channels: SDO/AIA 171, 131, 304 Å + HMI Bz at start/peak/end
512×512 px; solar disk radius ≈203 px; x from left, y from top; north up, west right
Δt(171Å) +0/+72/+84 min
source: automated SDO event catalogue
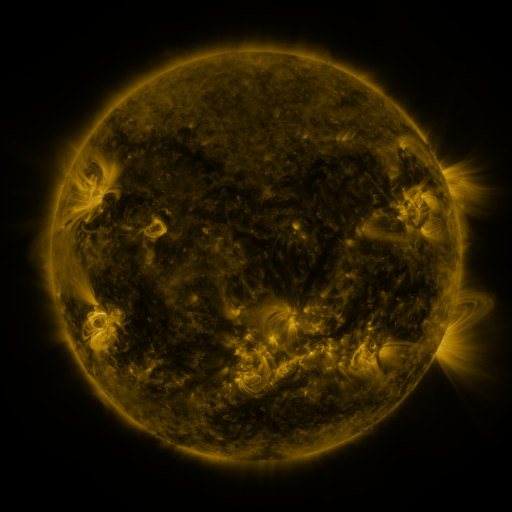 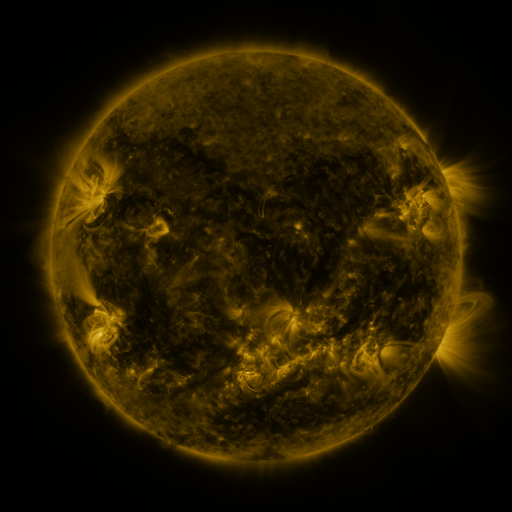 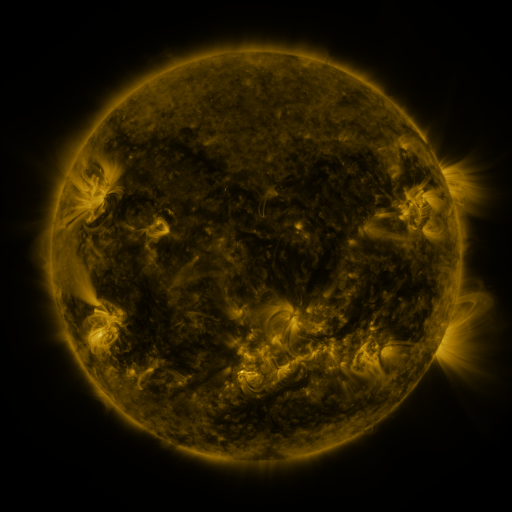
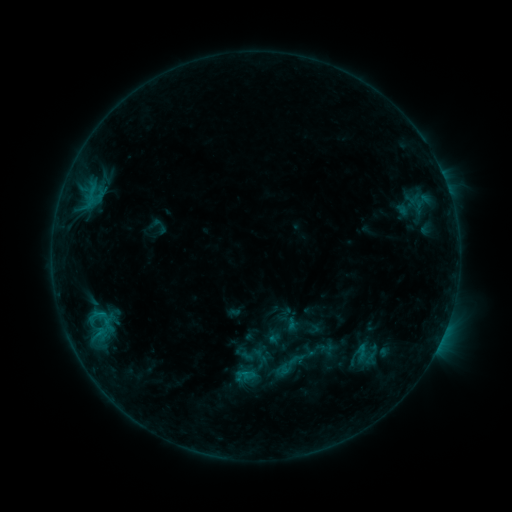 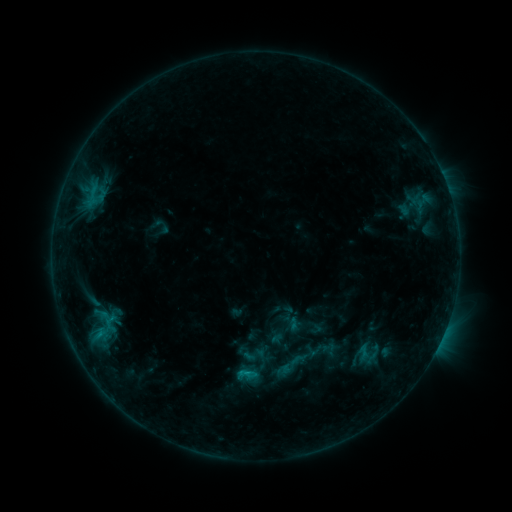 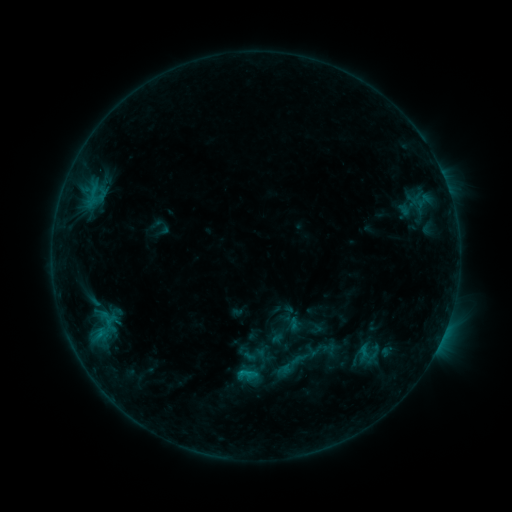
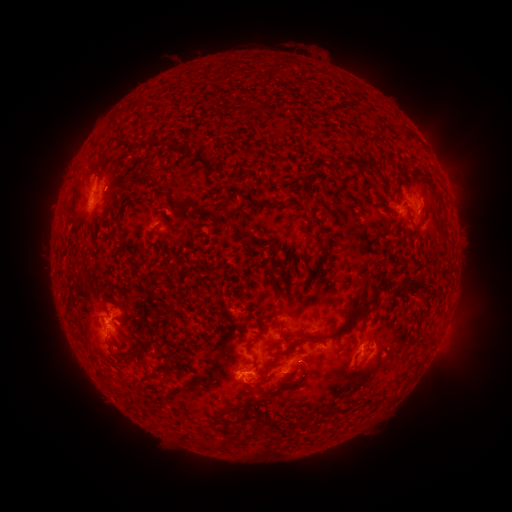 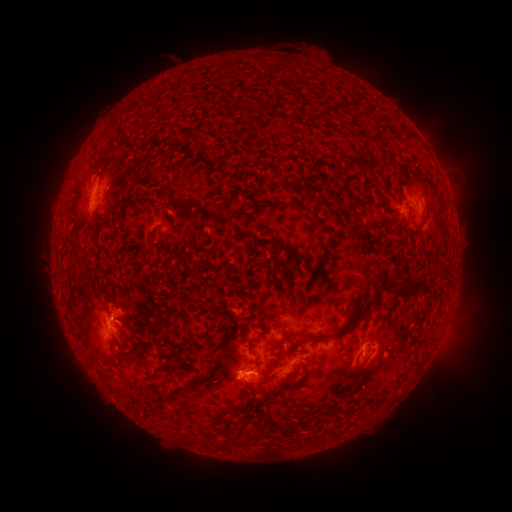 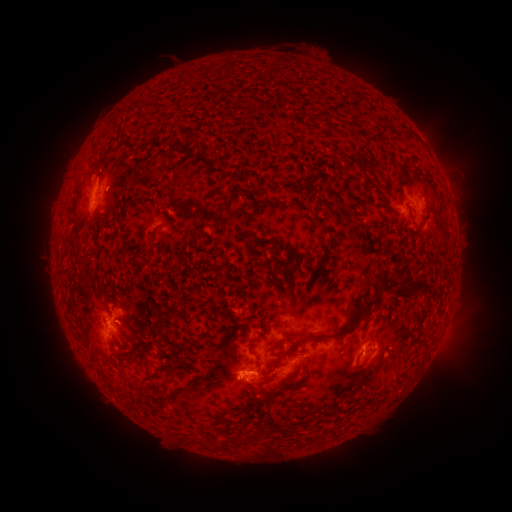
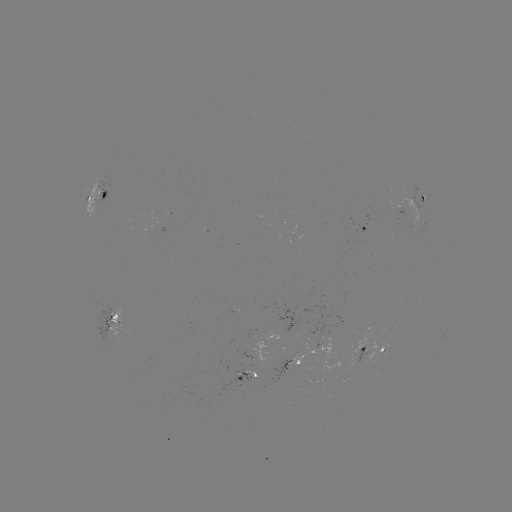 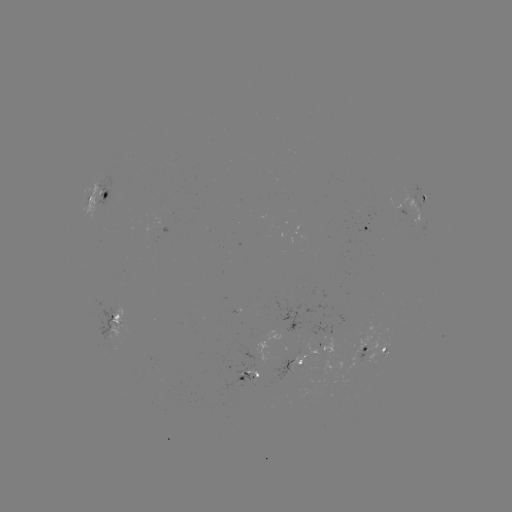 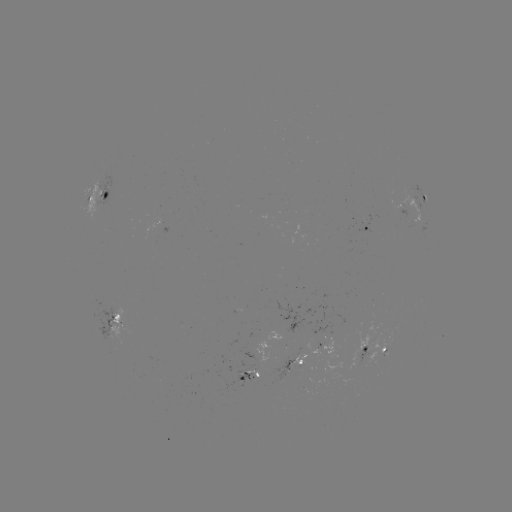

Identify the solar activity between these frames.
emerging-flux region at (322, 339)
